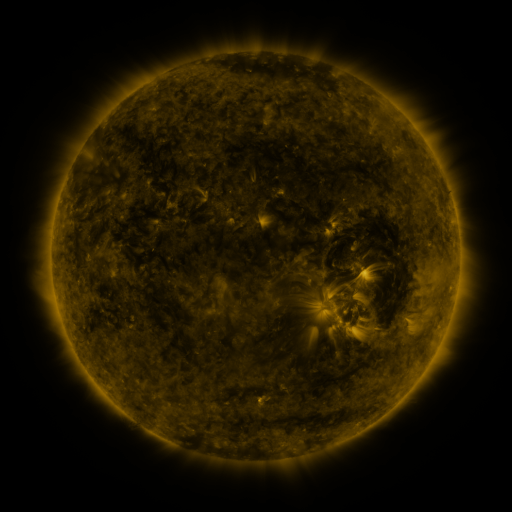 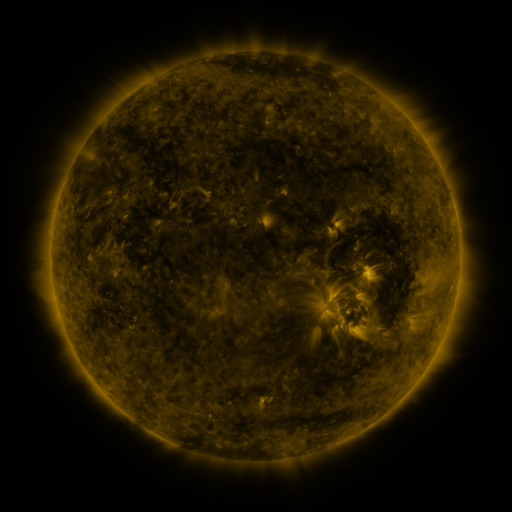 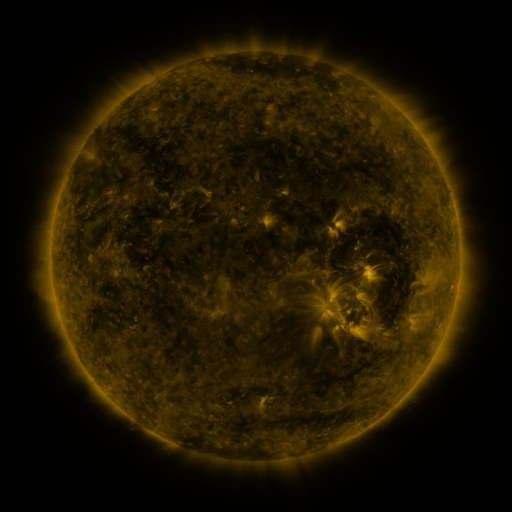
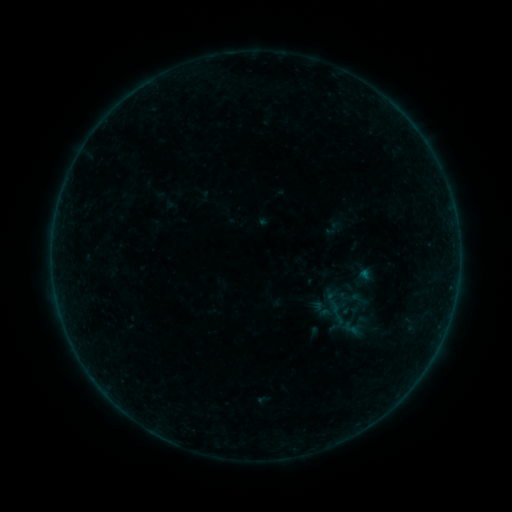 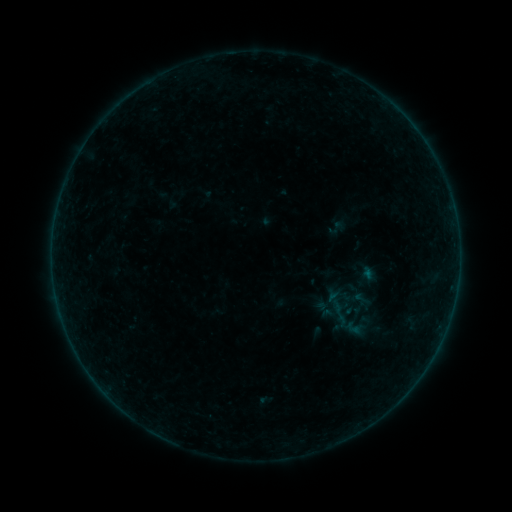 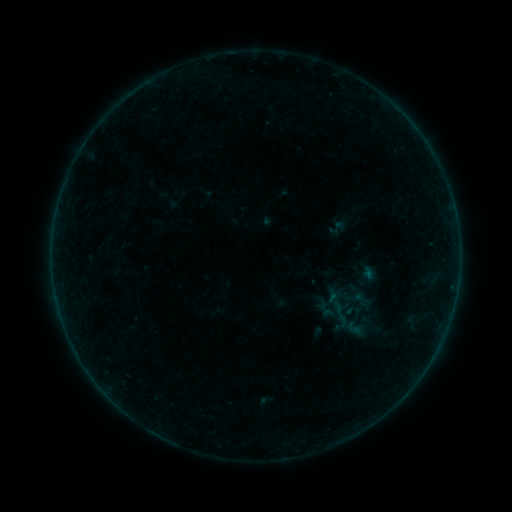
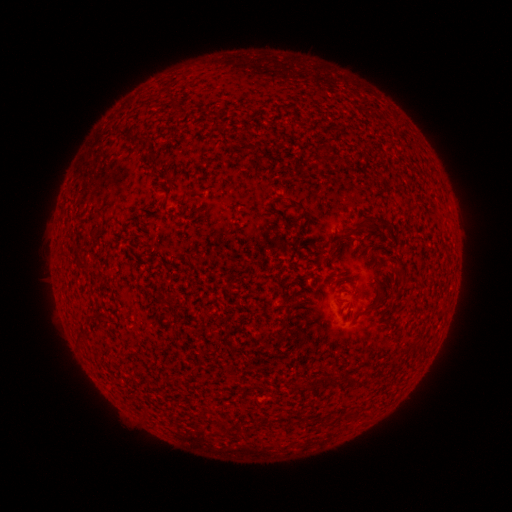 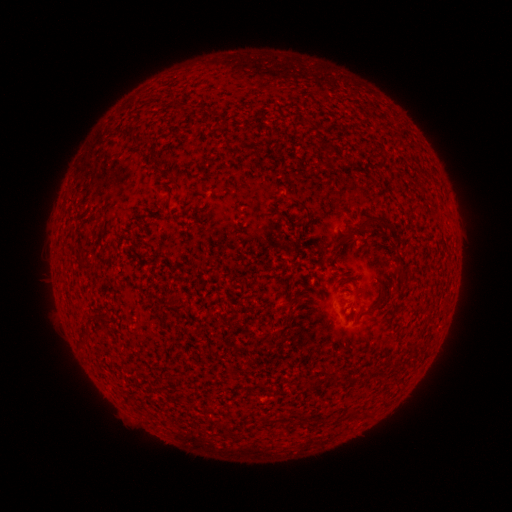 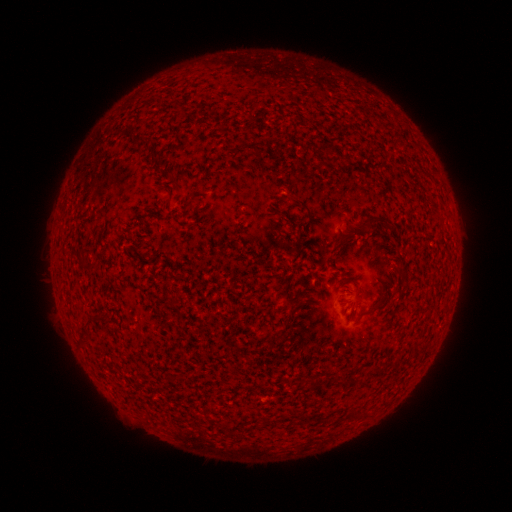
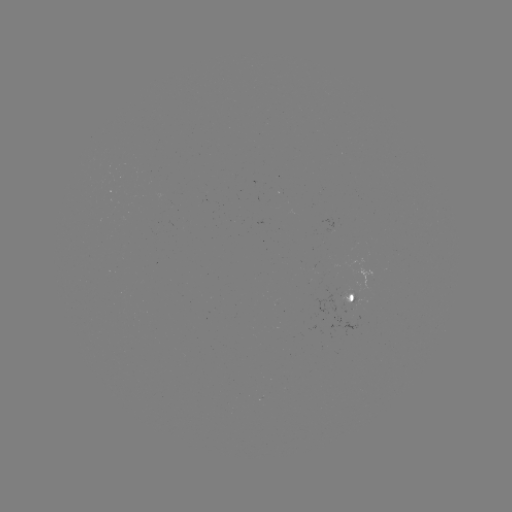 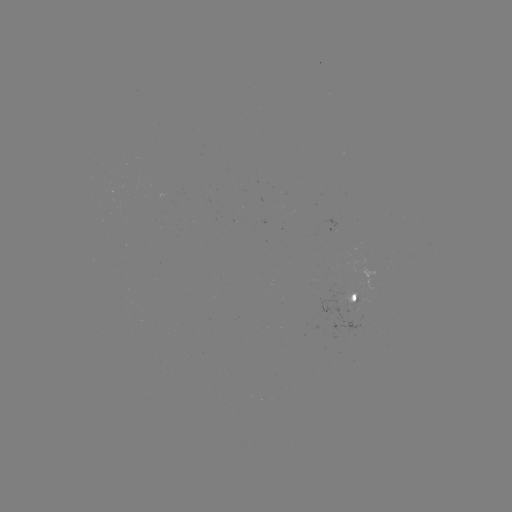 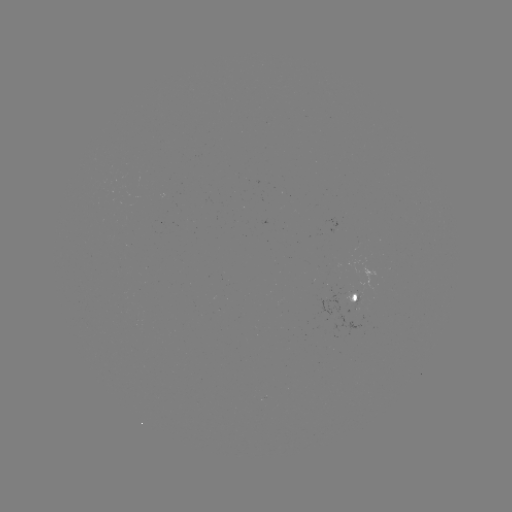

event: emerging-flux region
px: (351, 302)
